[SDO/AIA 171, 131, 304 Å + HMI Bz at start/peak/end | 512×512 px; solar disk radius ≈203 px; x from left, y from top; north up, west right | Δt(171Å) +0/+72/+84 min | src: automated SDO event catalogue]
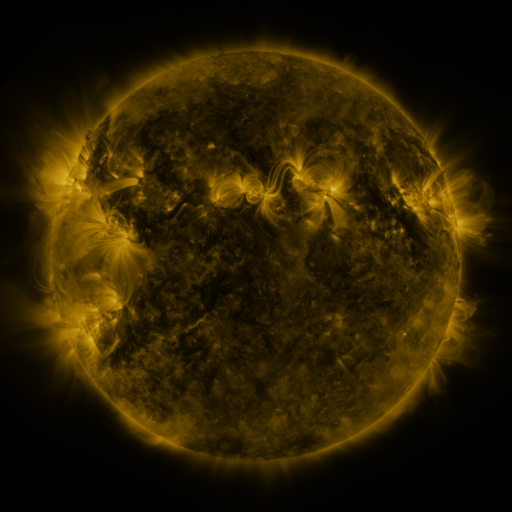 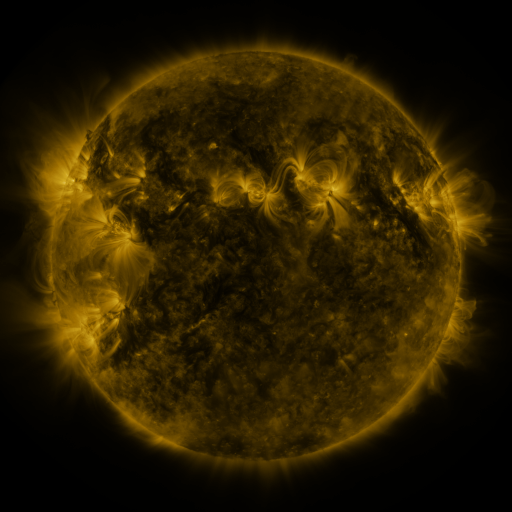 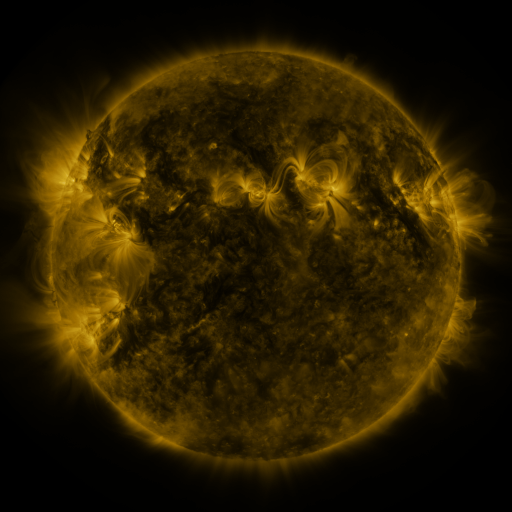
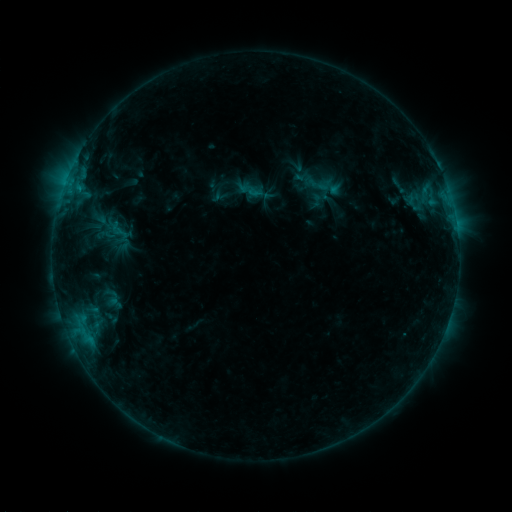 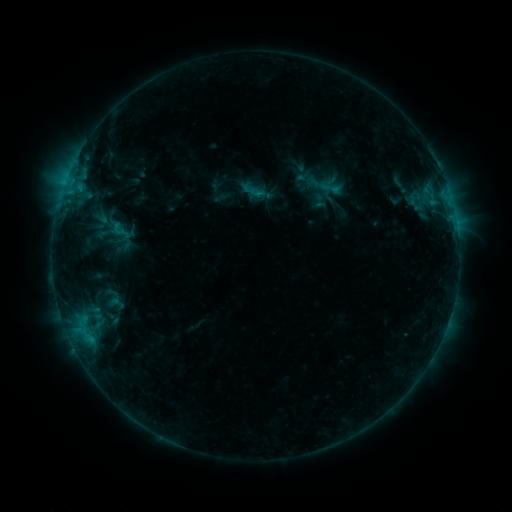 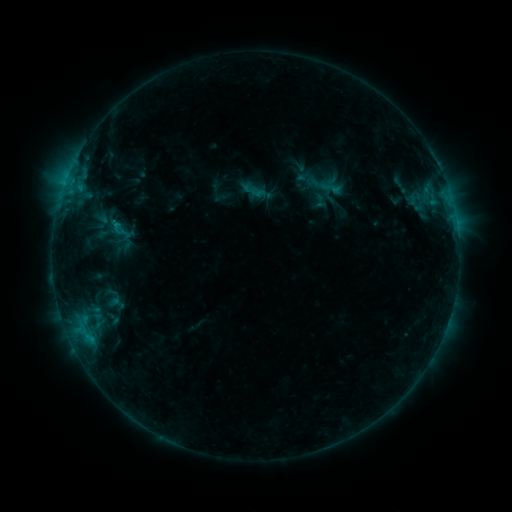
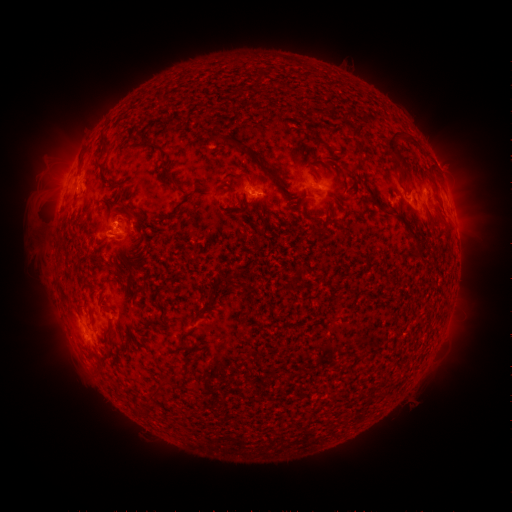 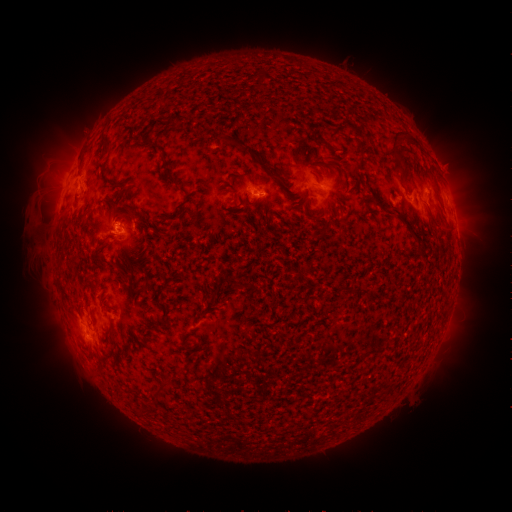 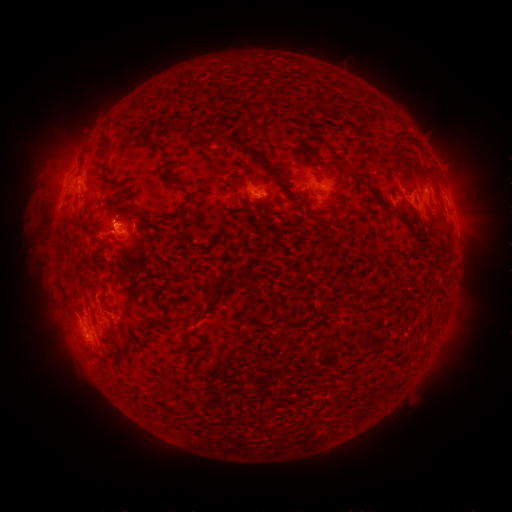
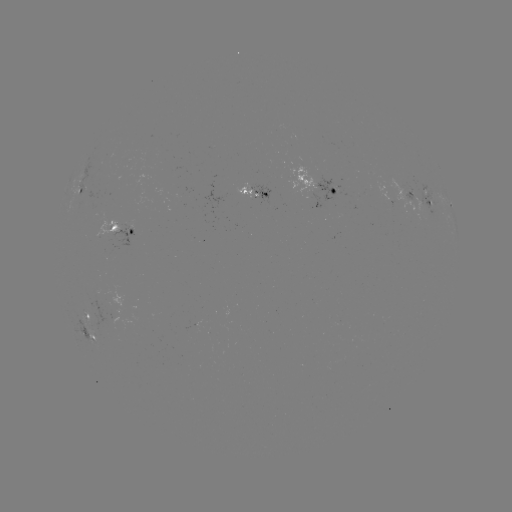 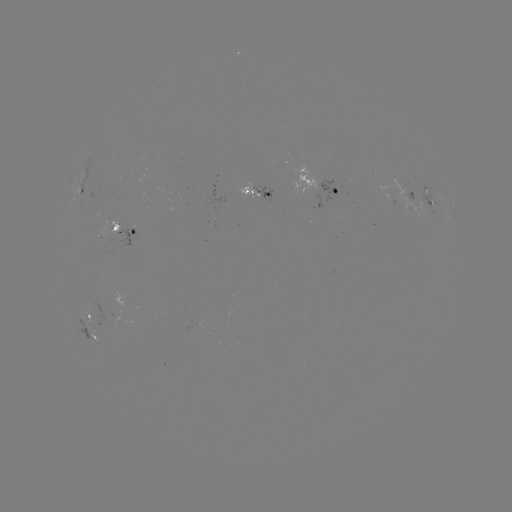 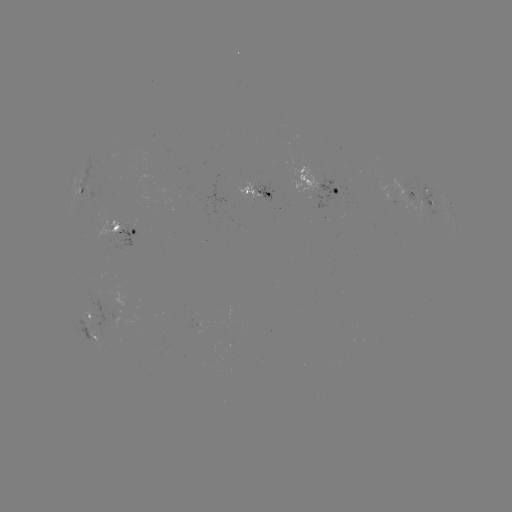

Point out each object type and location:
emerging-flux region: (106, 232)
